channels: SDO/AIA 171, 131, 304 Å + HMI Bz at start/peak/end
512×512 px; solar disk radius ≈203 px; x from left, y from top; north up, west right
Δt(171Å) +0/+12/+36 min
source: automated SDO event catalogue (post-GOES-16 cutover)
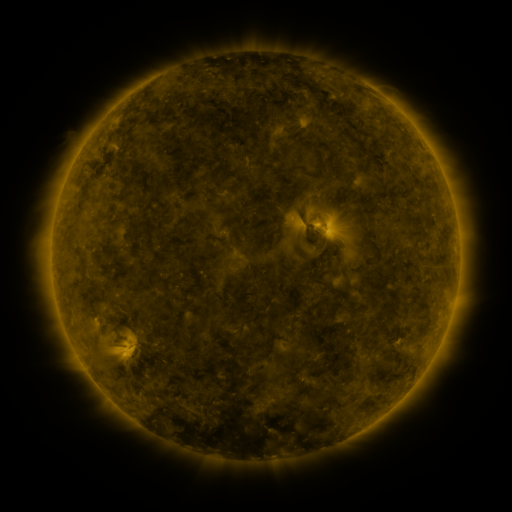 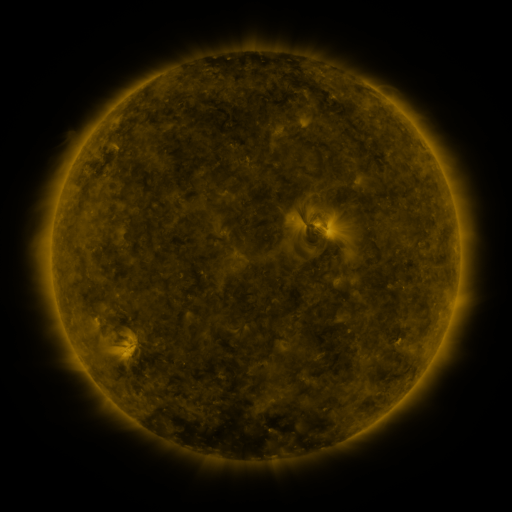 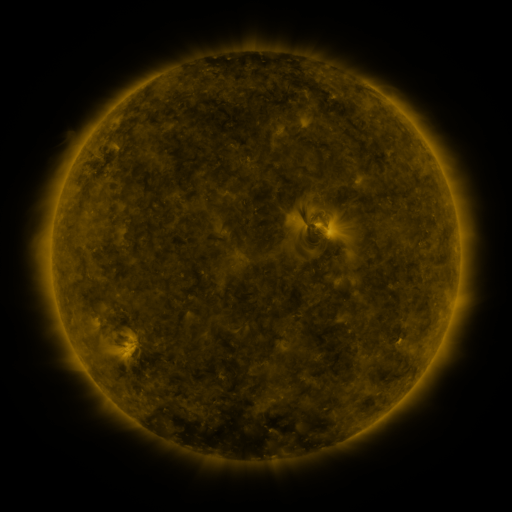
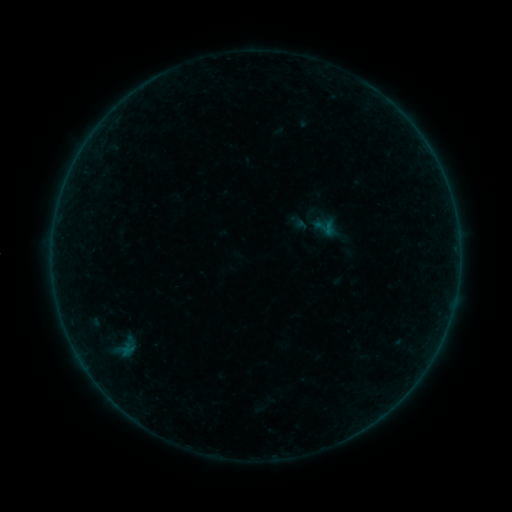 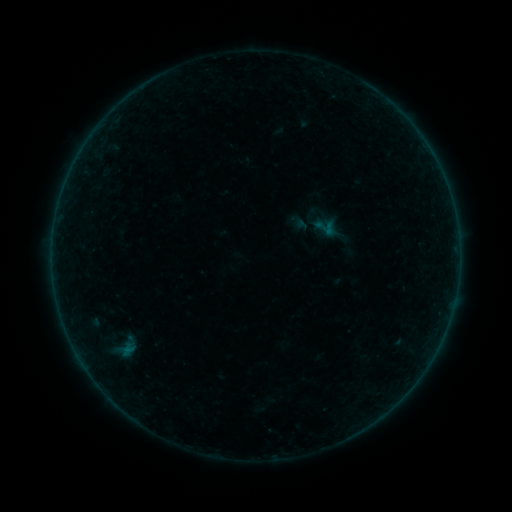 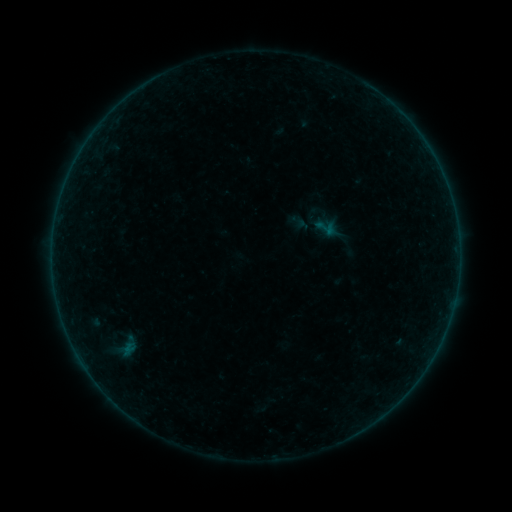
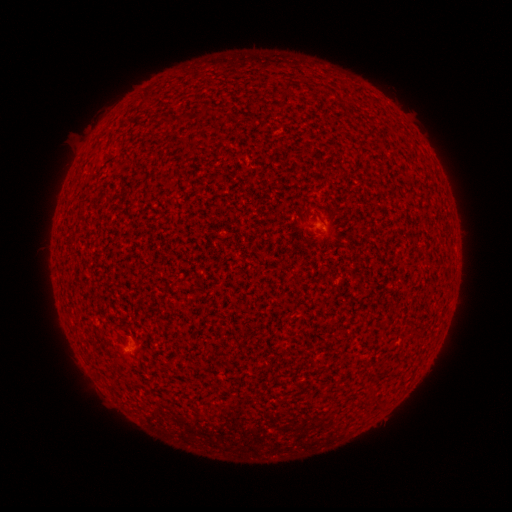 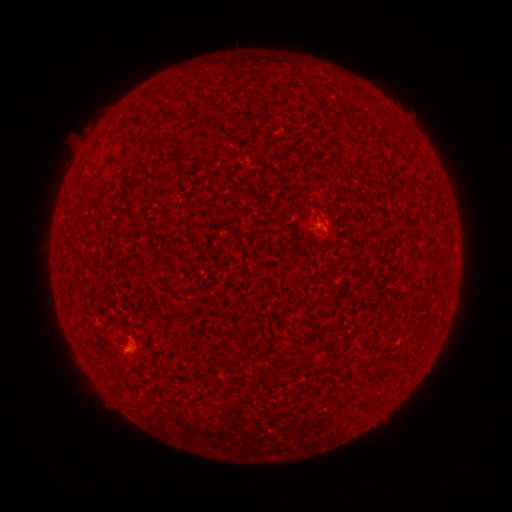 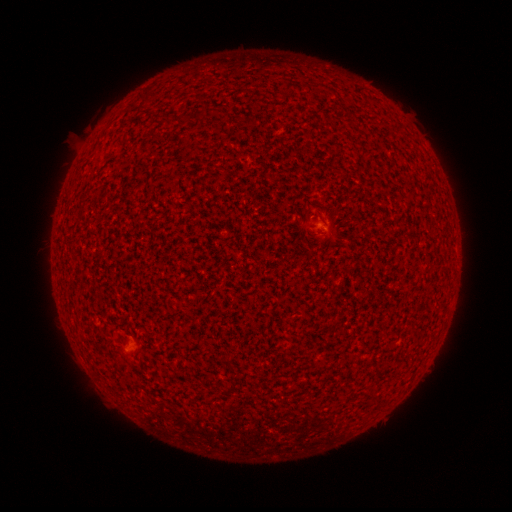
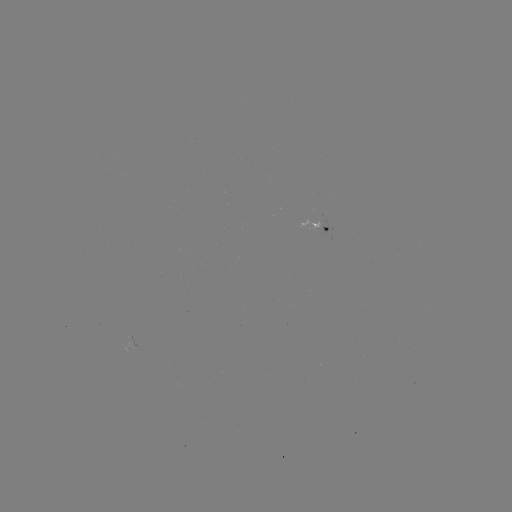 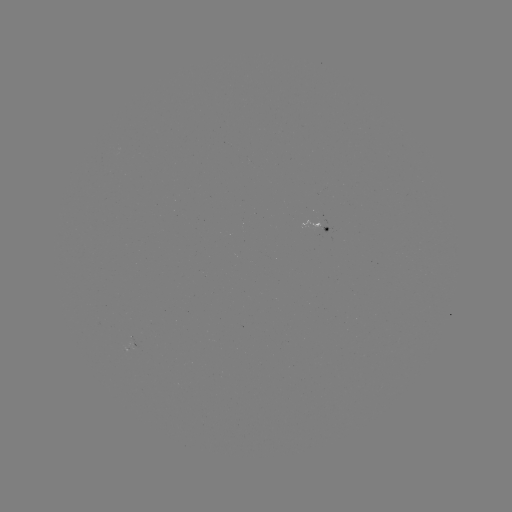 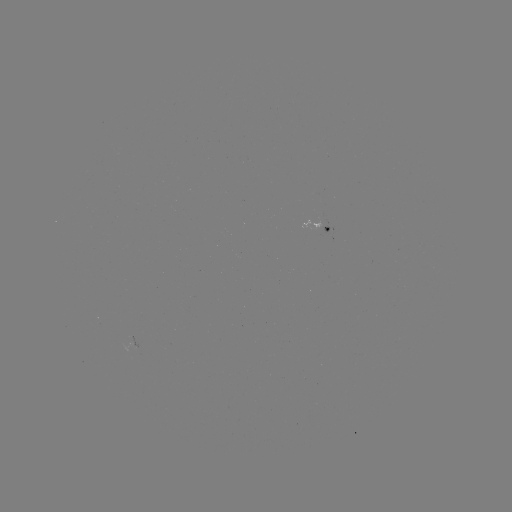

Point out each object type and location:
B1.1 flare: (128, 348)
